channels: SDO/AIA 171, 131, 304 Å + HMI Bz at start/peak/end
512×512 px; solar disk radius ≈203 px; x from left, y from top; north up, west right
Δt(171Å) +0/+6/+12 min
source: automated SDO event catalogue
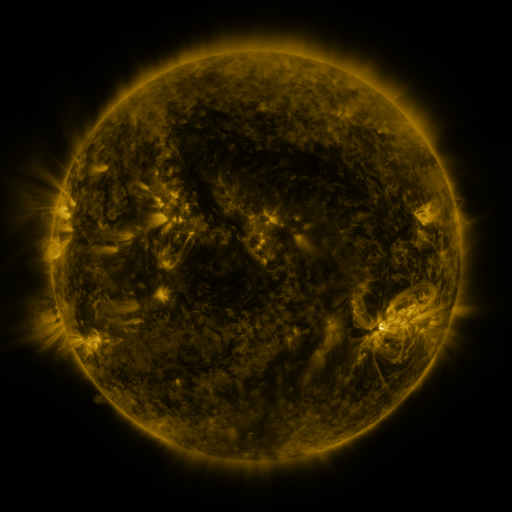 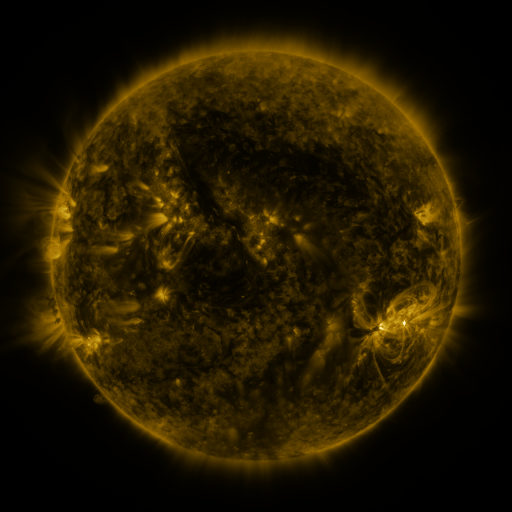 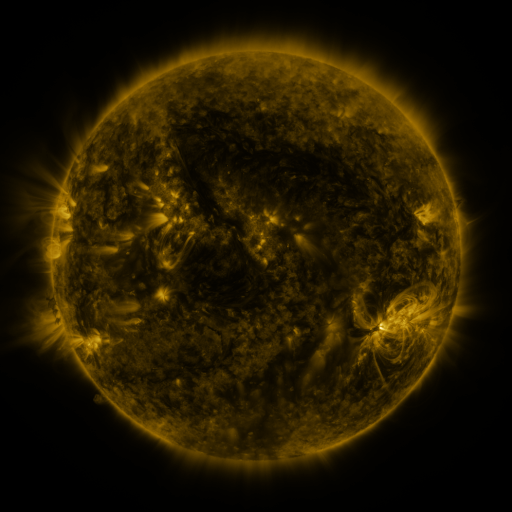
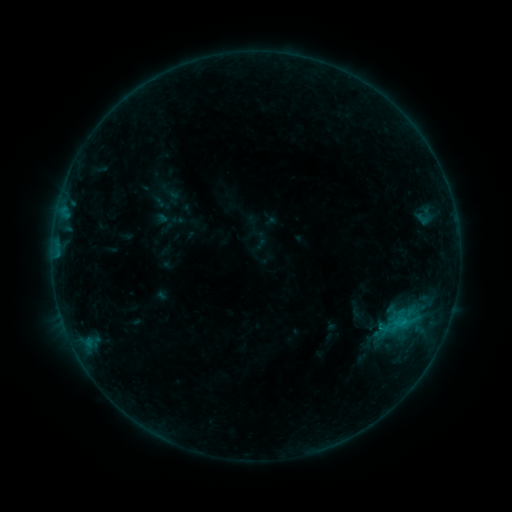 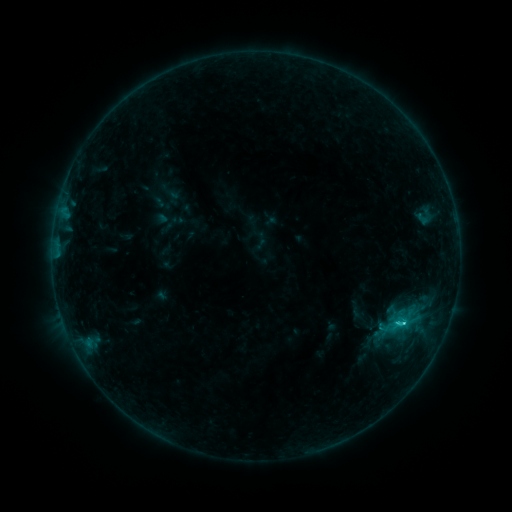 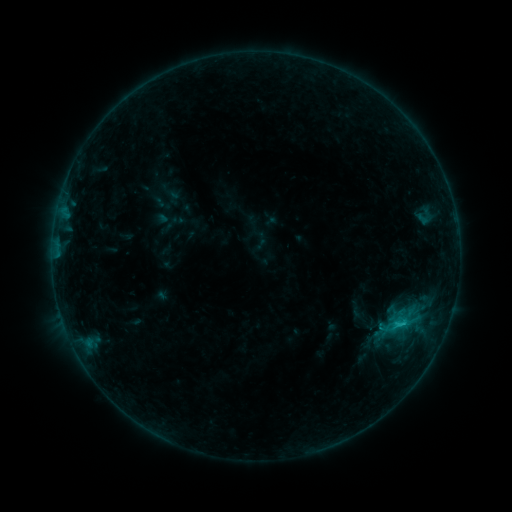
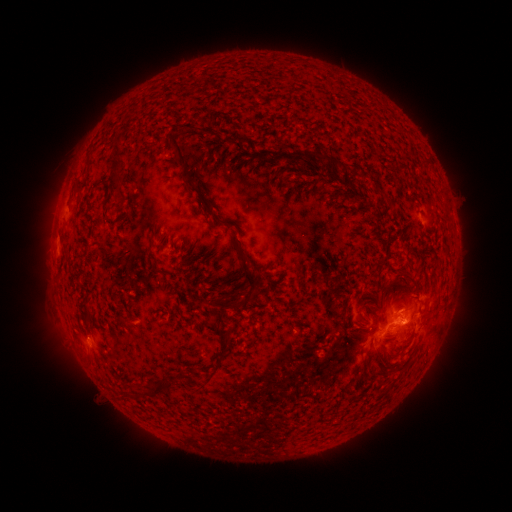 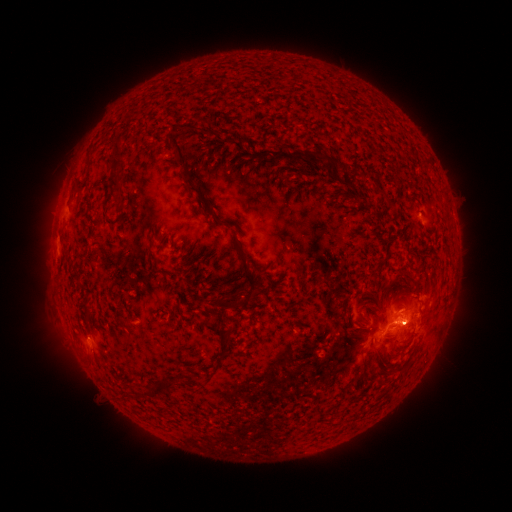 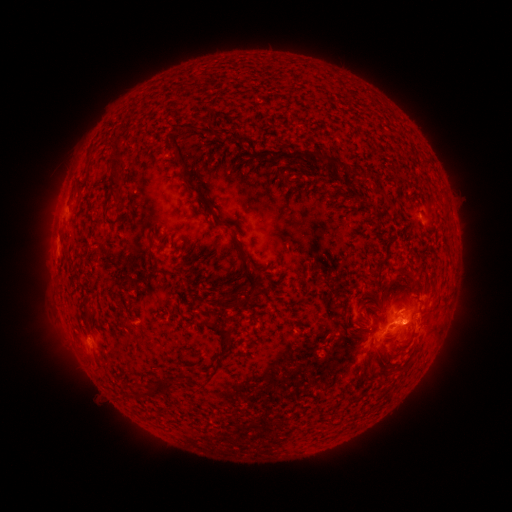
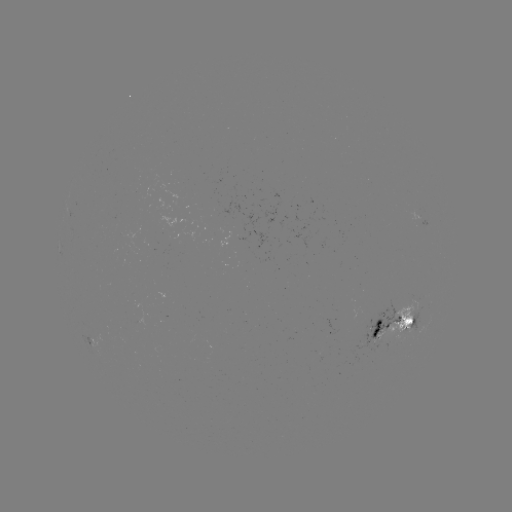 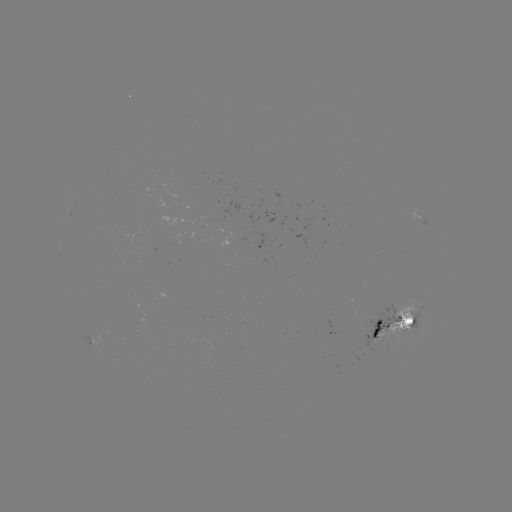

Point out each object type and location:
C1.3 flare: (402, 321)
